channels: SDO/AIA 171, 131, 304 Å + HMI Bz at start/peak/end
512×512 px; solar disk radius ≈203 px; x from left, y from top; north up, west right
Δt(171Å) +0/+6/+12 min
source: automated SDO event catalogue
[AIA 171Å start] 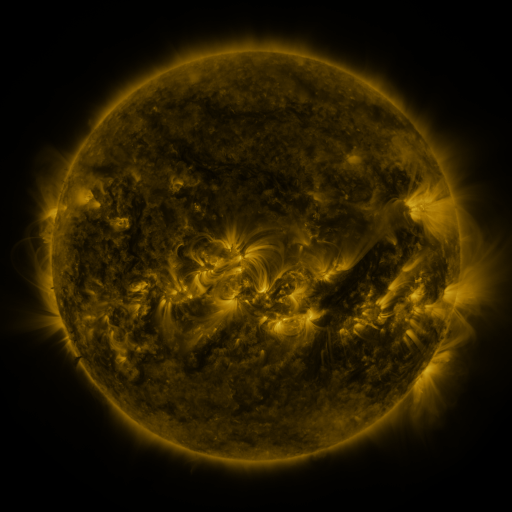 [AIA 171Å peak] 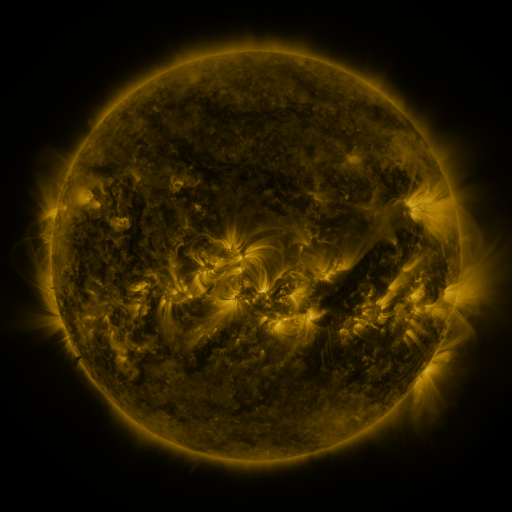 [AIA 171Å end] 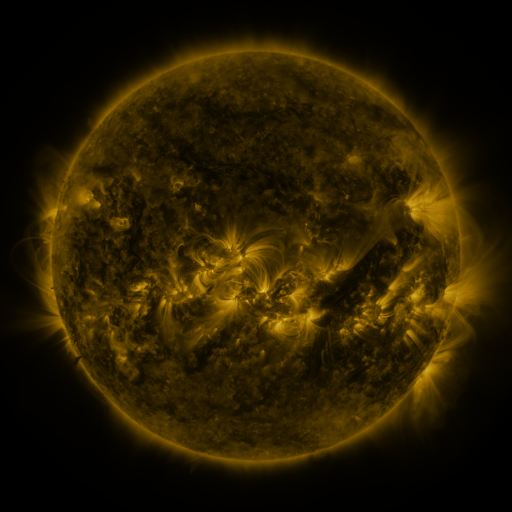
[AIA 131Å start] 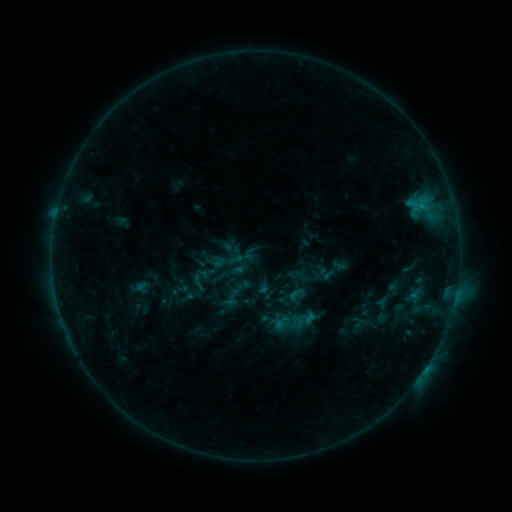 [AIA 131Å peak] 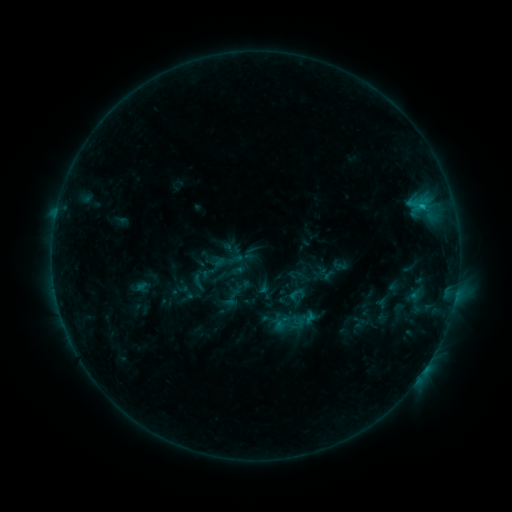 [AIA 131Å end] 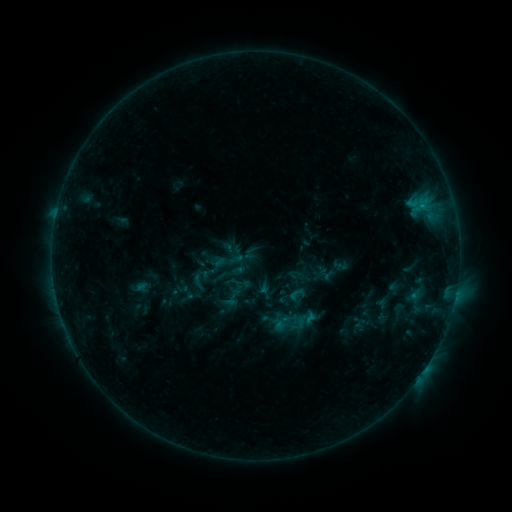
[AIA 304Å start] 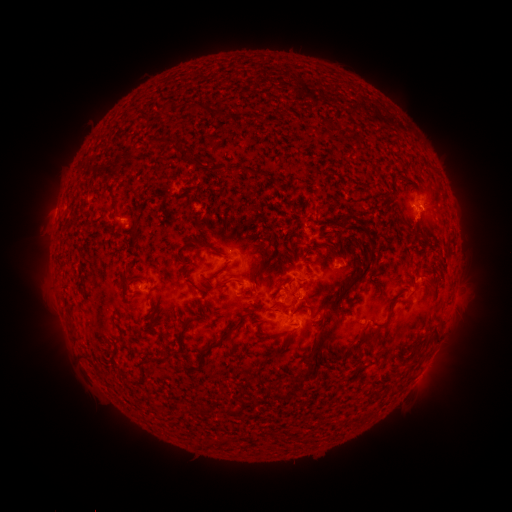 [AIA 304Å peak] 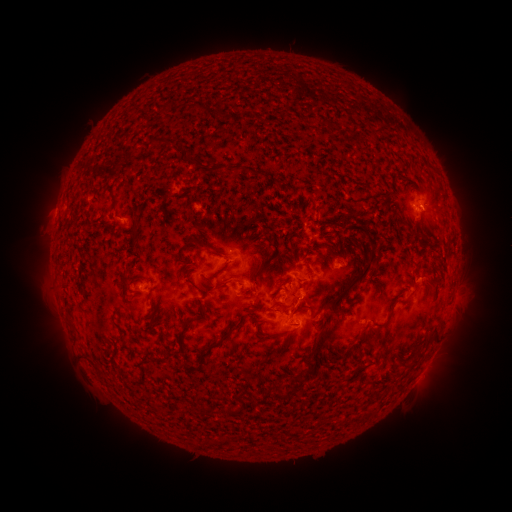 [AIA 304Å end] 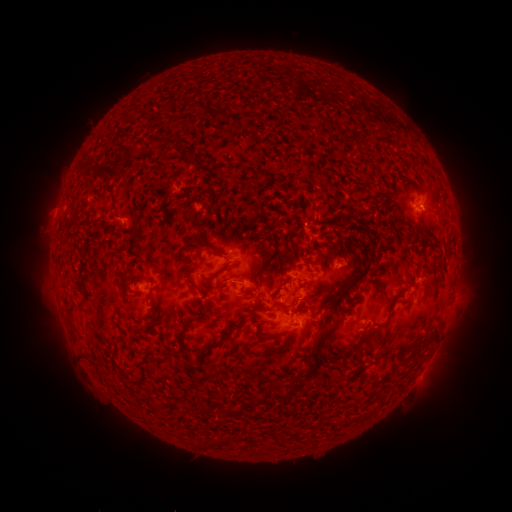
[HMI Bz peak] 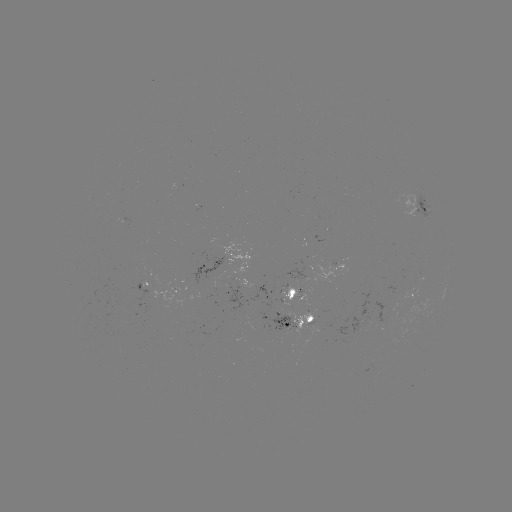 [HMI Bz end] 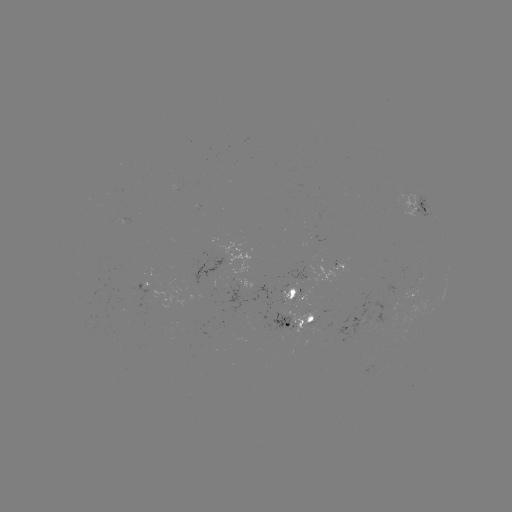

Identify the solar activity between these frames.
B7.0 flare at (420, 209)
